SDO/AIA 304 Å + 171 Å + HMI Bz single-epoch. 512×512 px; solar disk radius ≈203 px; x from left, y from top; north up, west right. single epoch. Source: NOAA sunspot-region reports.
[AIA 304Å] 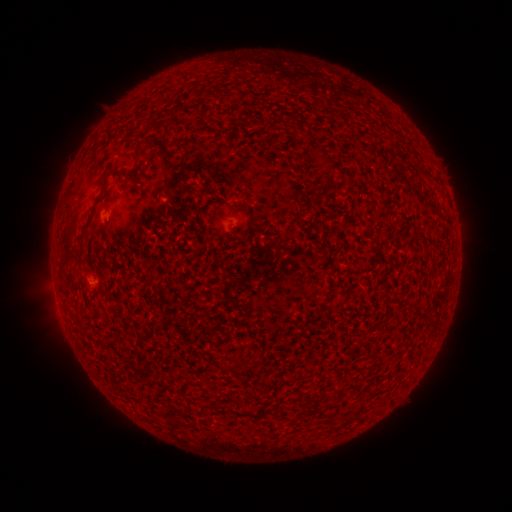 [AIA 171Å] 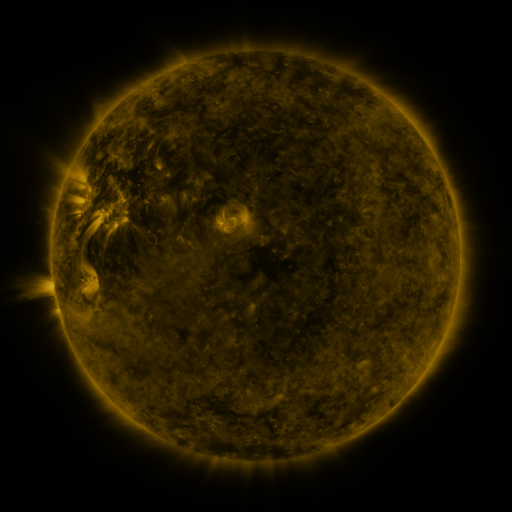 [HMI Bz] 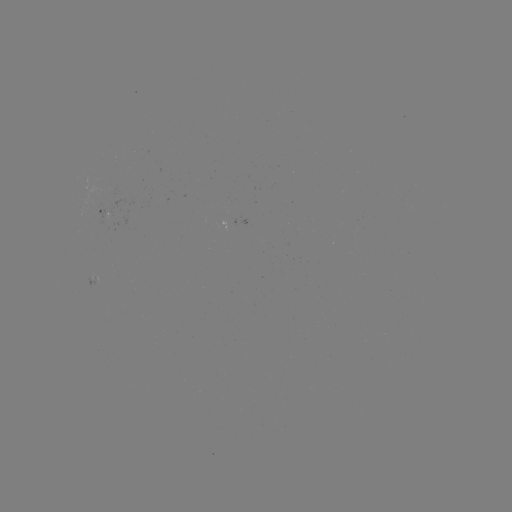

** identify spotted active region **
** [102, 211] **